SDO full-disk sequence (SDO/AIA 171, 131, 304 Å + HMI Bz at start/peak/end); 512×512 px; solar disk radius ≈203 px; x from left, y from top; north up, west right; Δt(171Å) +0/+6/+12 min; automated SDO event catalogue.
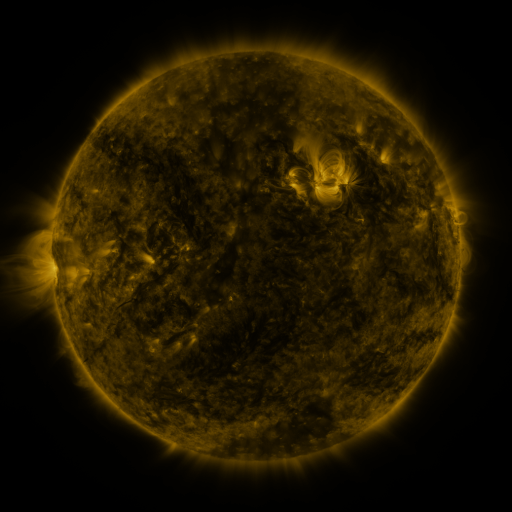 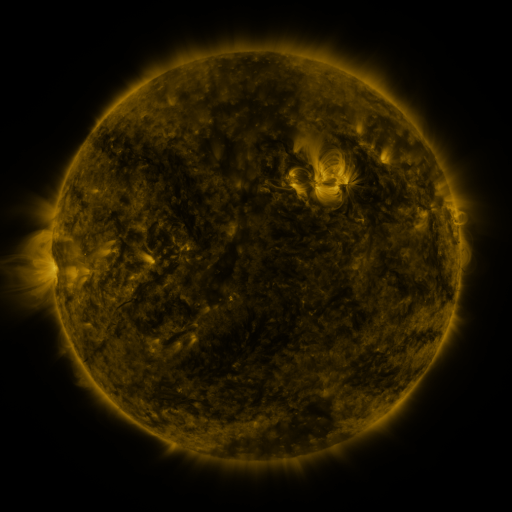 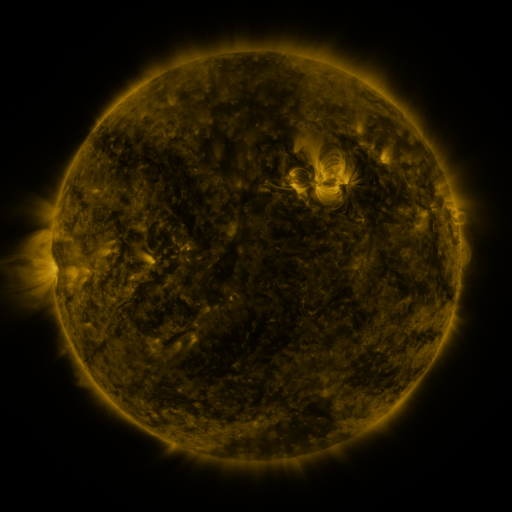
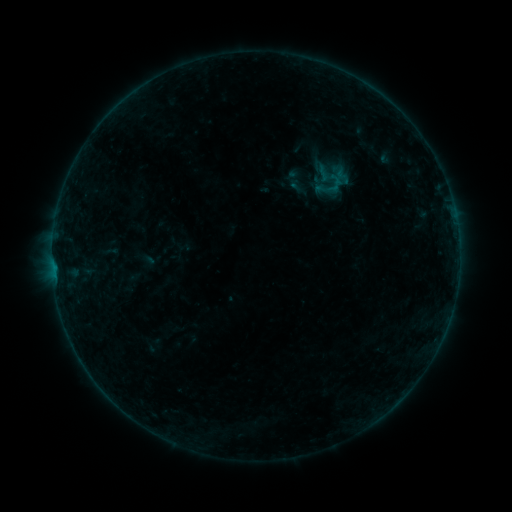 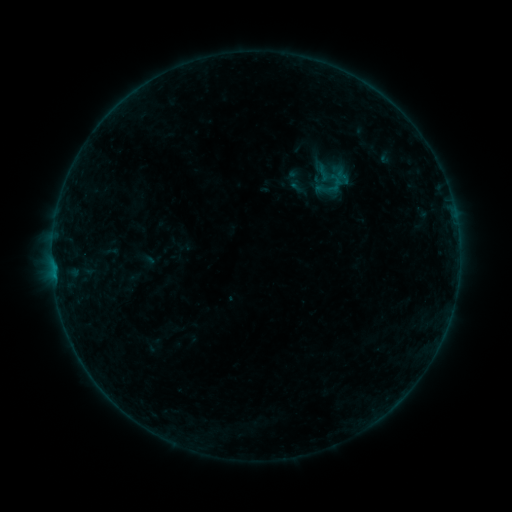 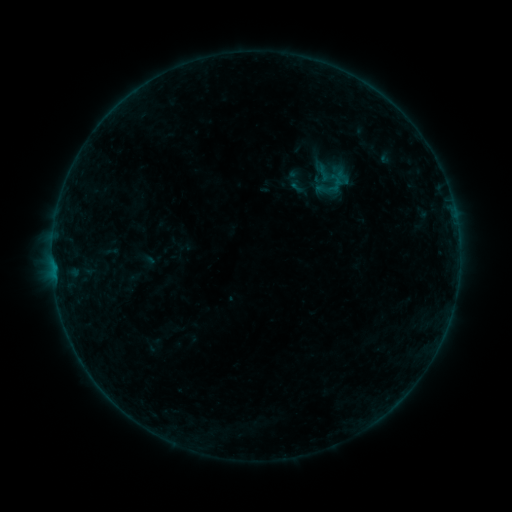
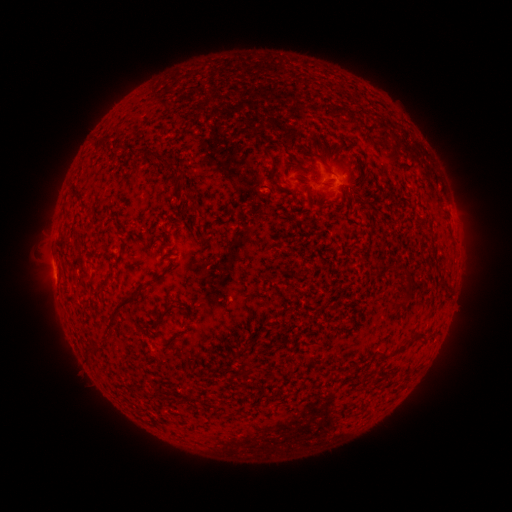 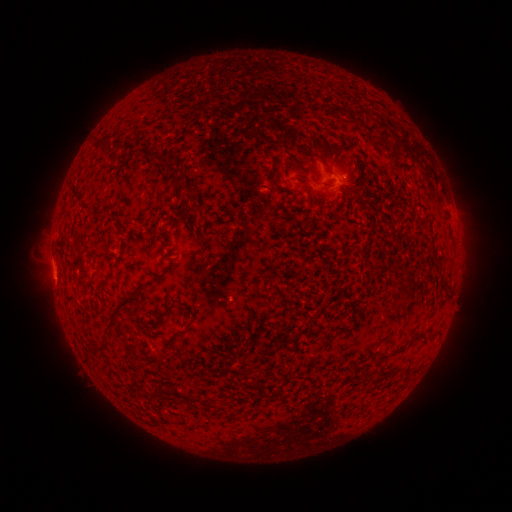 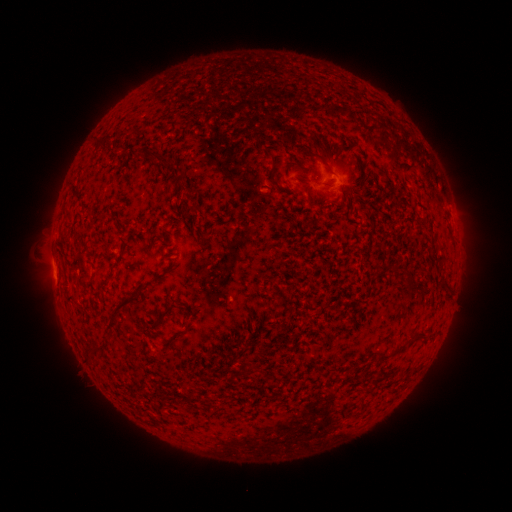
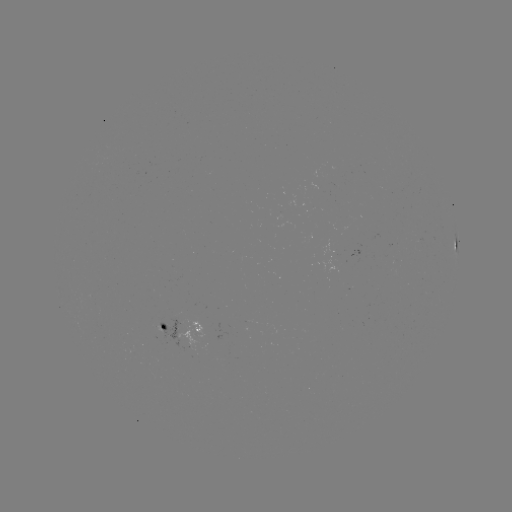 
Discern B2.0 flare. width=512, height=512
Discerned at (54, 274).